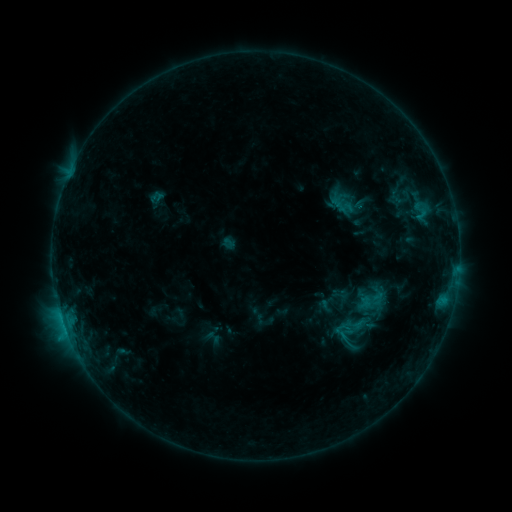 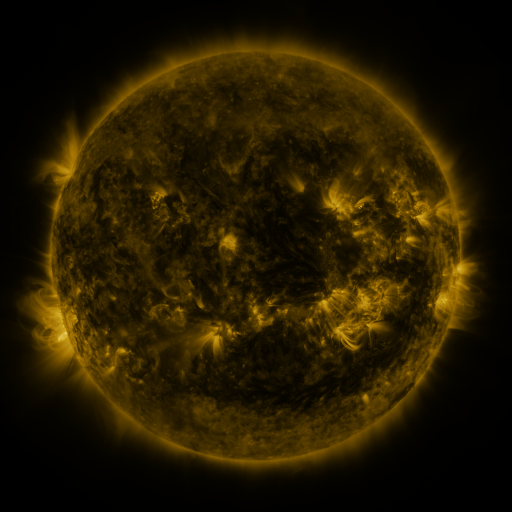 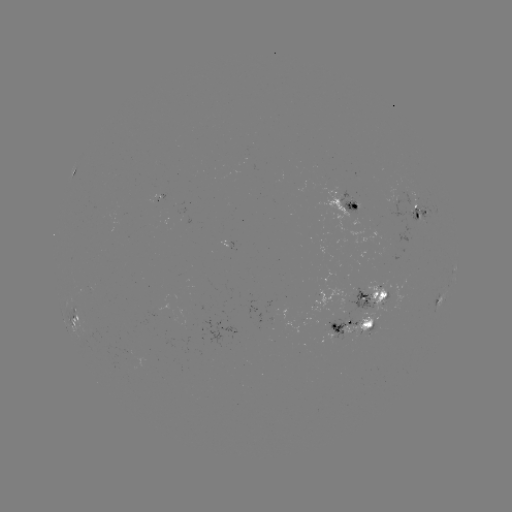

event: sigmoid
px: (341, 331)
